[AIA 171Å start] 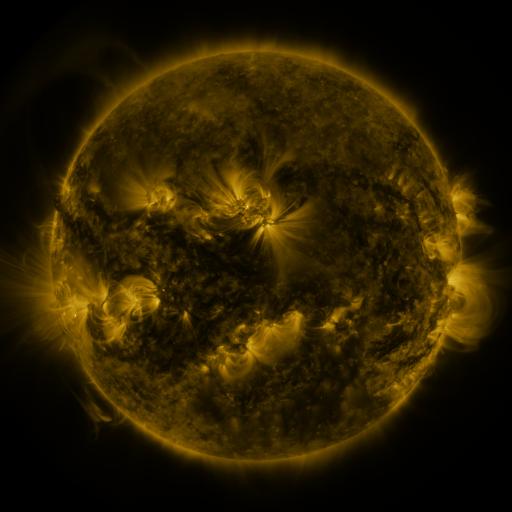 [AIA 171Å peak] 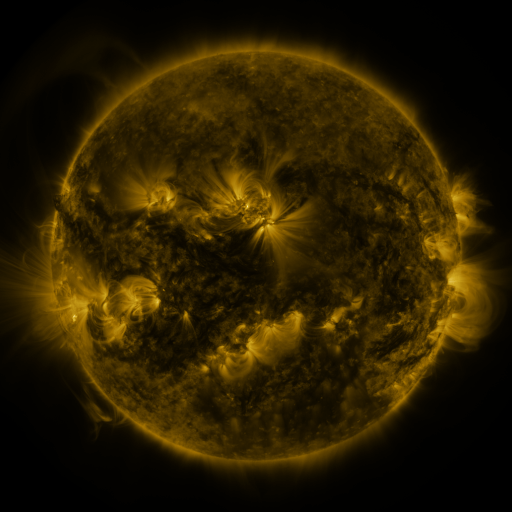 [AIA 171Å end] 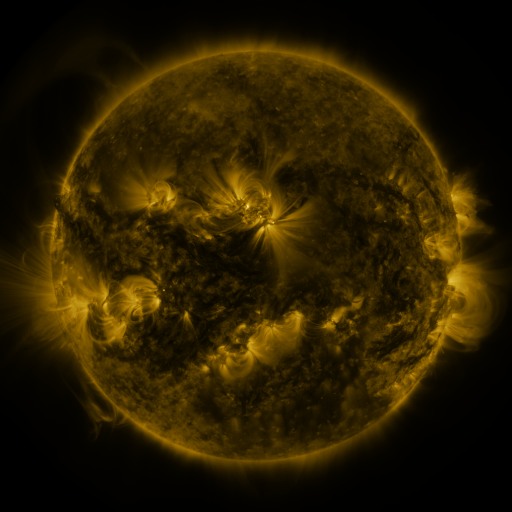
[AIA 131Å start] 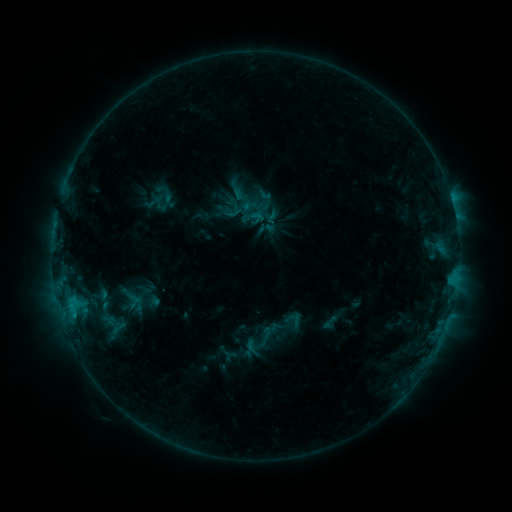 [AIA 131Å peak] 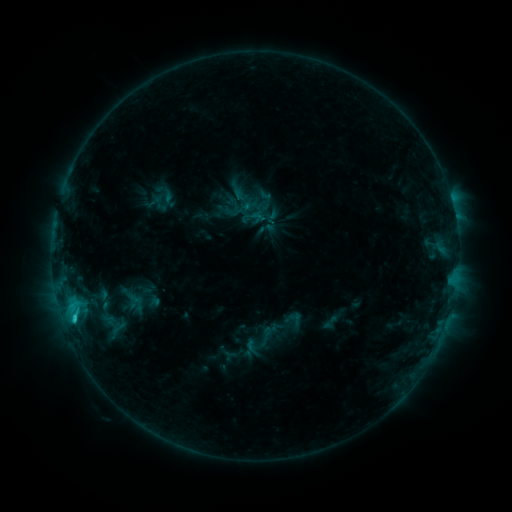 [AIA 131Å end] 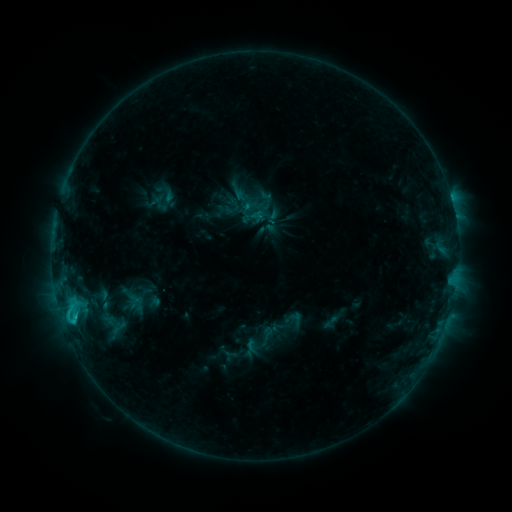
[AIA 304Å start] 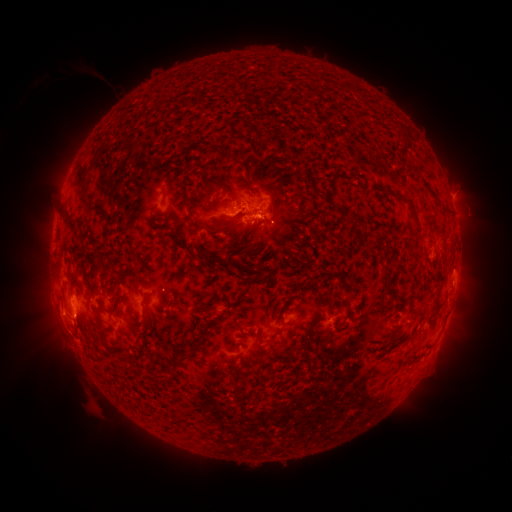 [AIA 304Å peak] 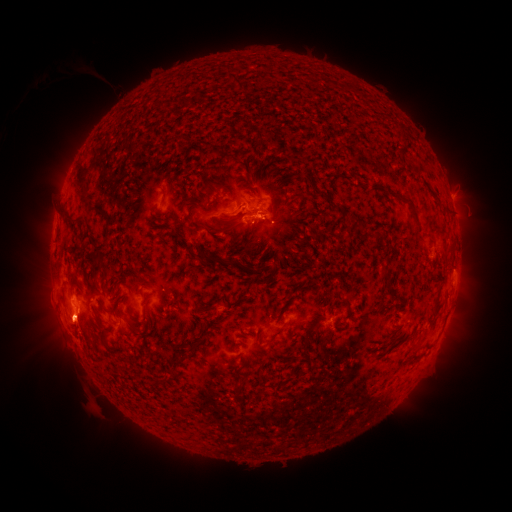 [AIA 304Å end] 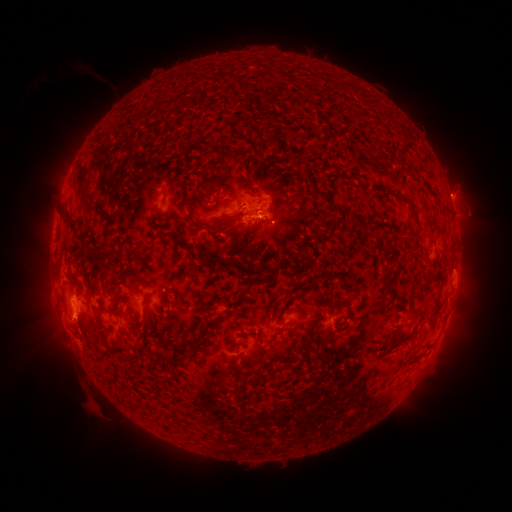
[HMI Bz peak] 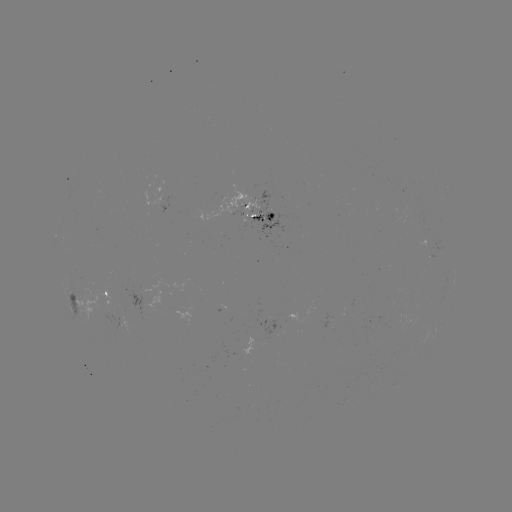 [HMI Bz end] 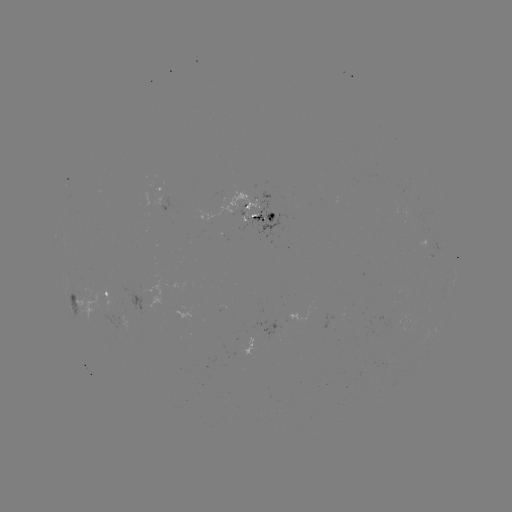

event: eruption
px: (68, 326)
